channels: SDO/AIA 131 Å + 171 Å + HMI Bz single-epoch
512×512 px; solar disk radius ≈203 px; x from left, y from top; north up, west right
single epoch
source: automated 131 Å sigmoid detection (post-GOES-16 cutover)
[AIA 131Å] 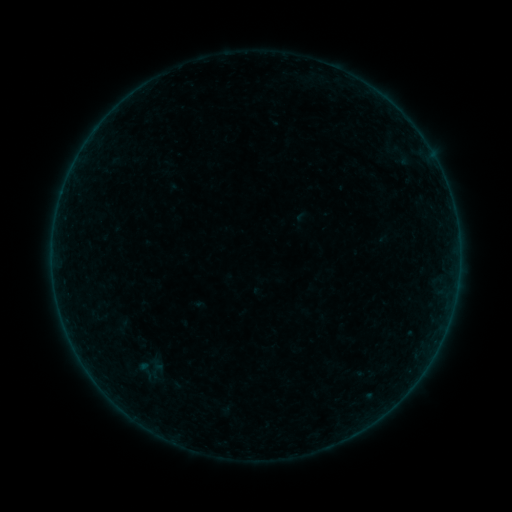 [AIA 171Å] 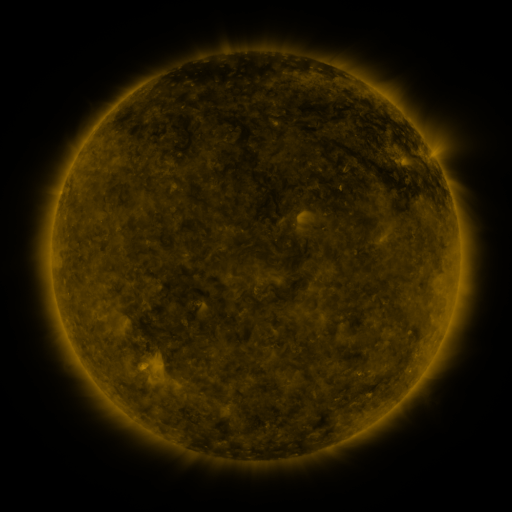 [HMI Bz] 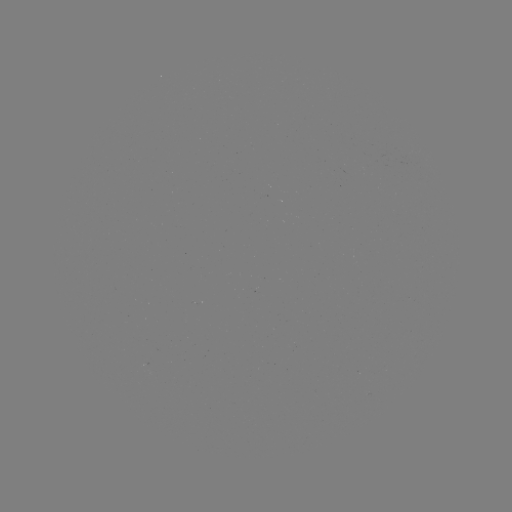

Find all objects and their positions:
sigmoid: <bbox>125, 356, 164, 384</bbox>
